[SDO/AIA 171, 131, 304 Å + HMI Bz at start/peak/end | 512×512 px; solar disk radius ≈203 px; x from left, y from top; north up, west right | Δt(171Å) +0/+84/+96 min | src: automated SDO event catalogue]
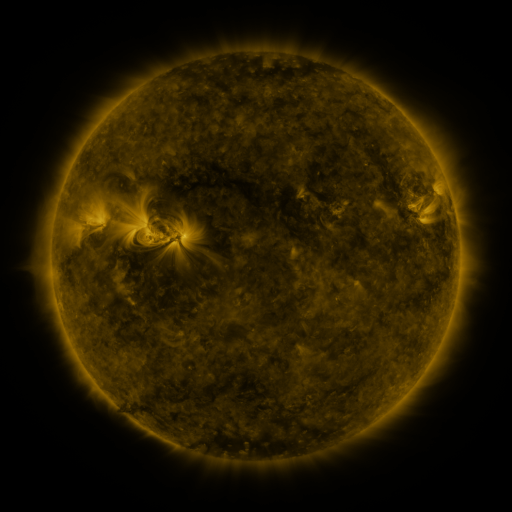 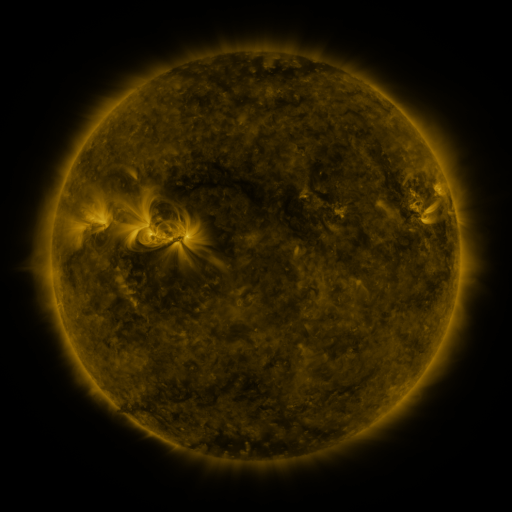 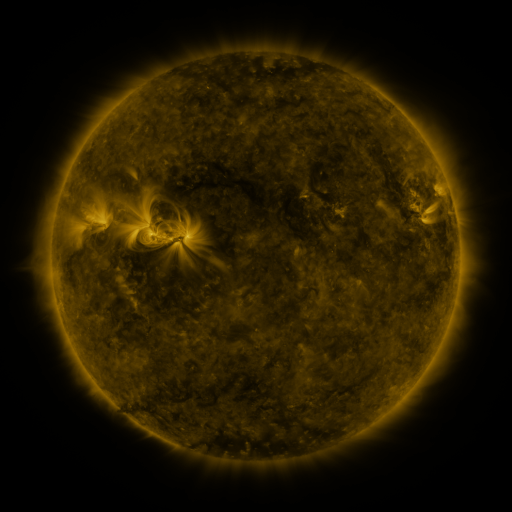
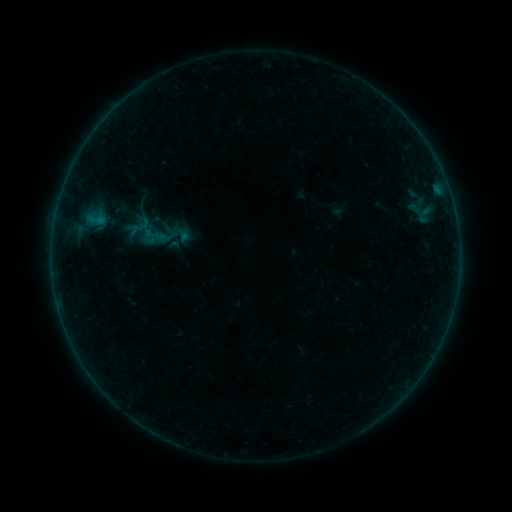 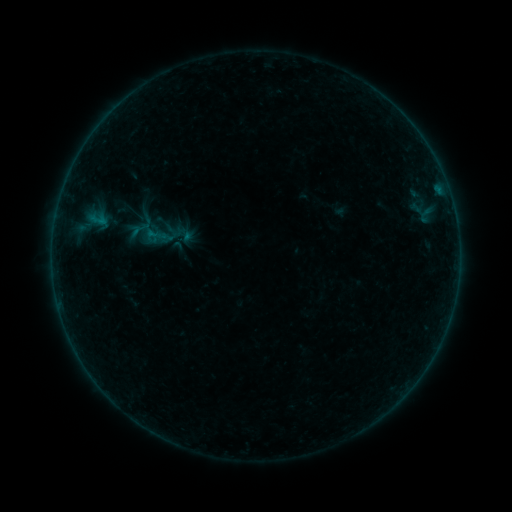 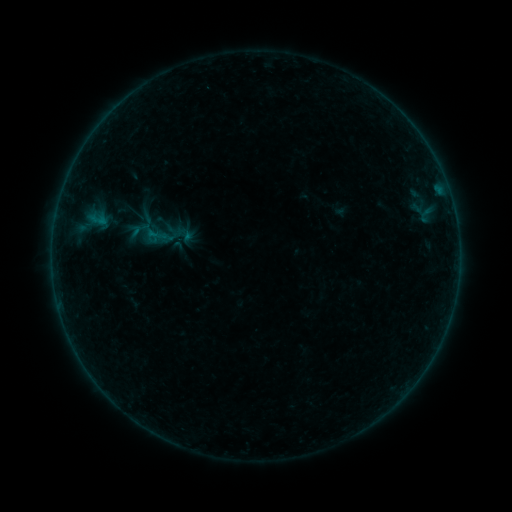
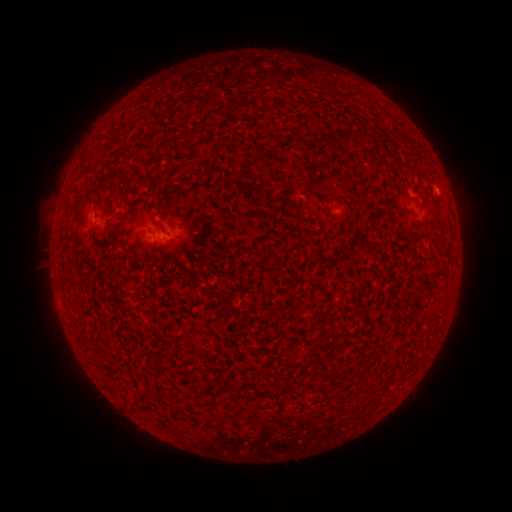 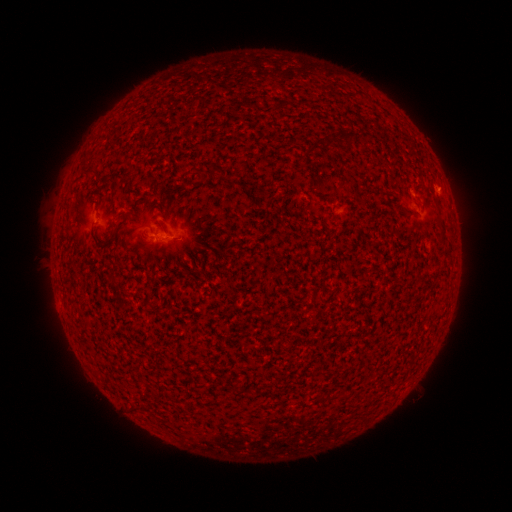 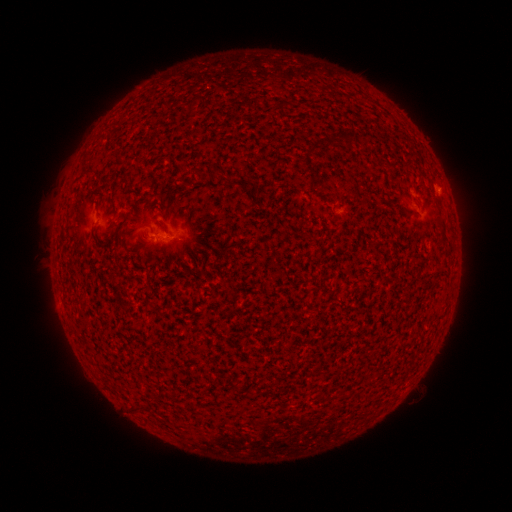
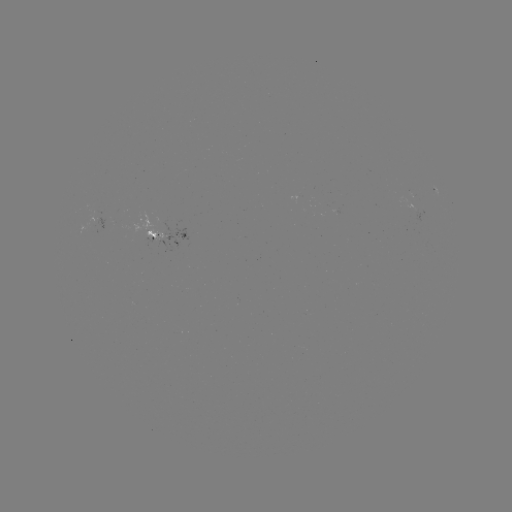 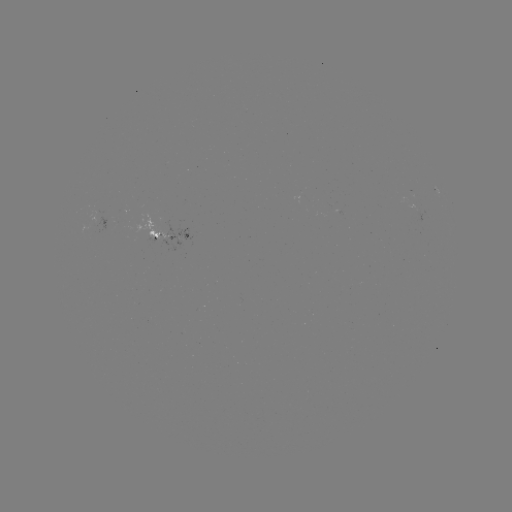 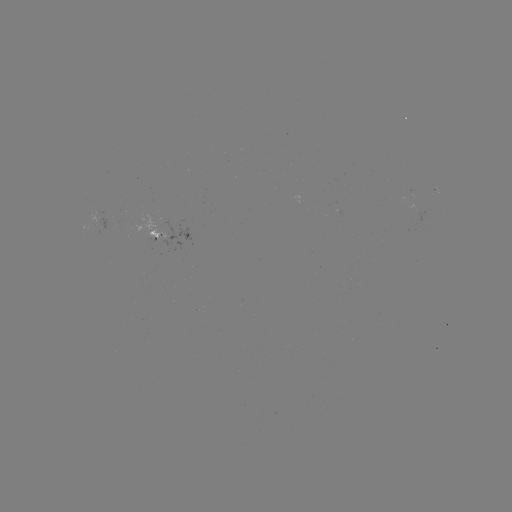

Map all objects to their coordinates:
emerging-flux region: (170, 226)
